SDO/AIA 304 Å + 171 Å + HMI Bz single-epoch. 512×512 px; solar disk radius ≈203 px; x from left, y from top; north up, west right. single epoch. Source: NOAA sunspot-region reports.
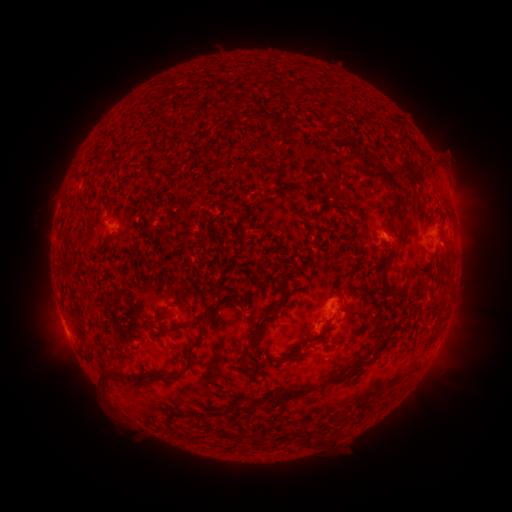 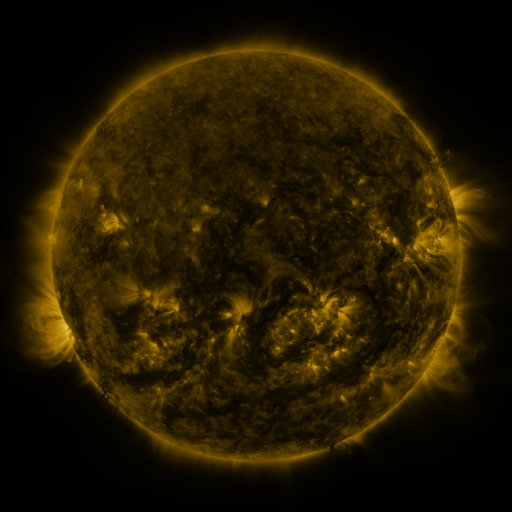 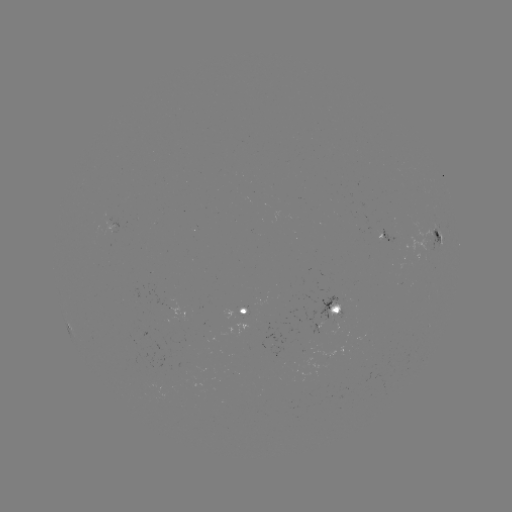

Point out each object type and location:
spotted active region: (390, 236)
spotted active region: (439, 241)
spotted active region: (334, 309)
spotted active region: (242, 311)
